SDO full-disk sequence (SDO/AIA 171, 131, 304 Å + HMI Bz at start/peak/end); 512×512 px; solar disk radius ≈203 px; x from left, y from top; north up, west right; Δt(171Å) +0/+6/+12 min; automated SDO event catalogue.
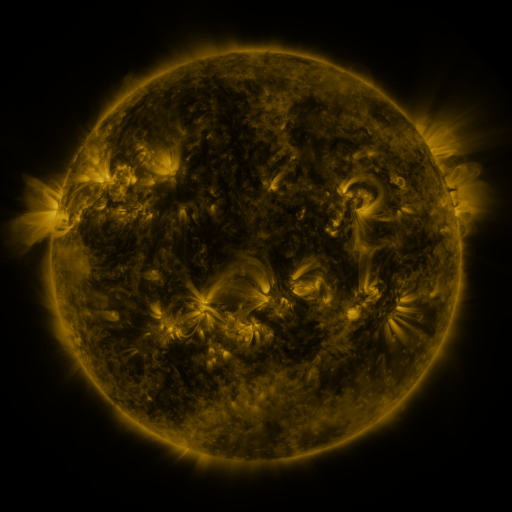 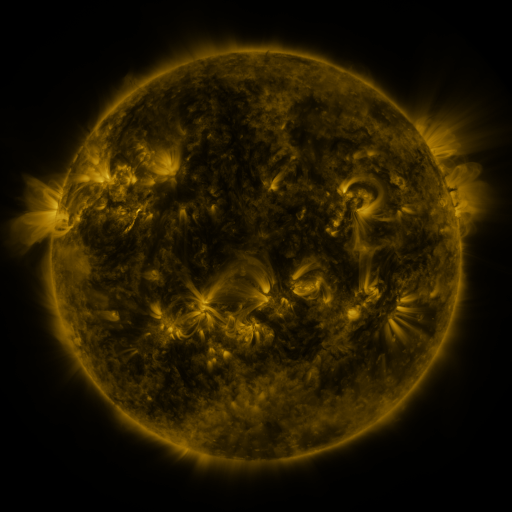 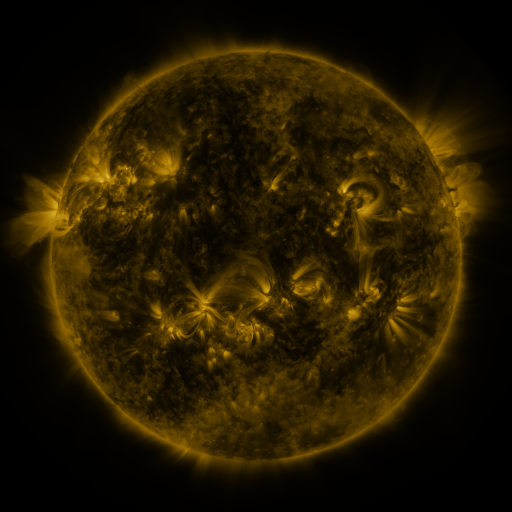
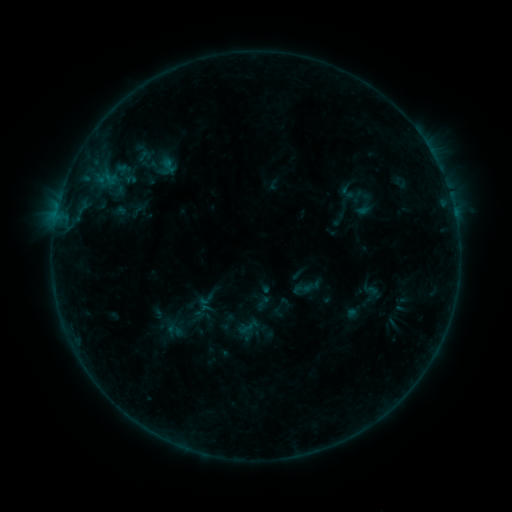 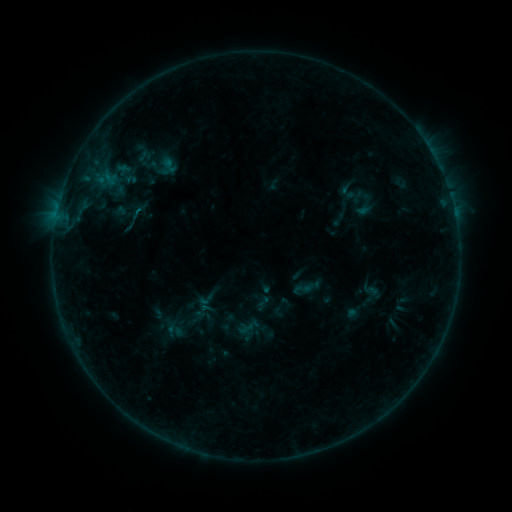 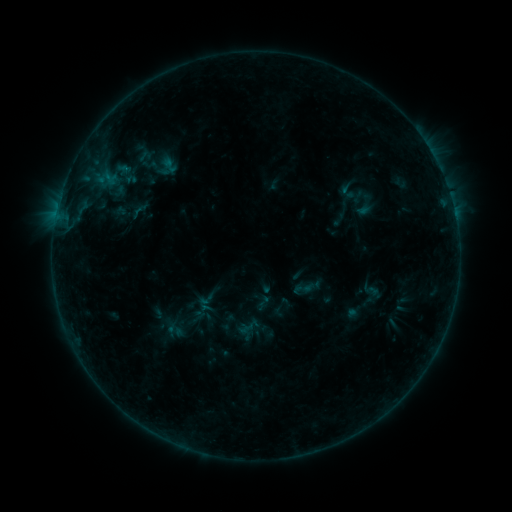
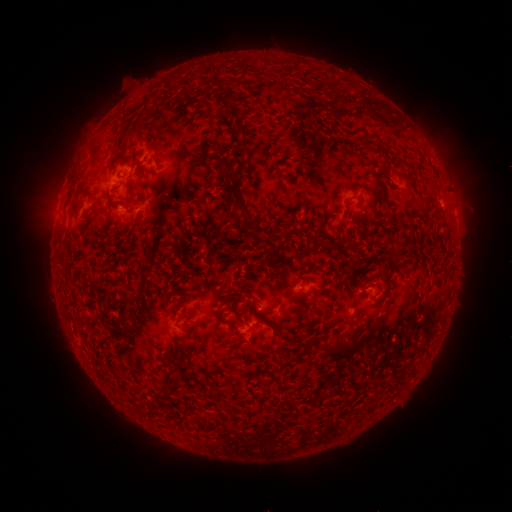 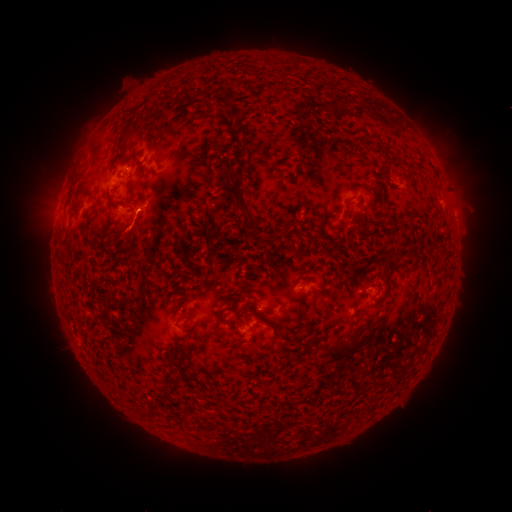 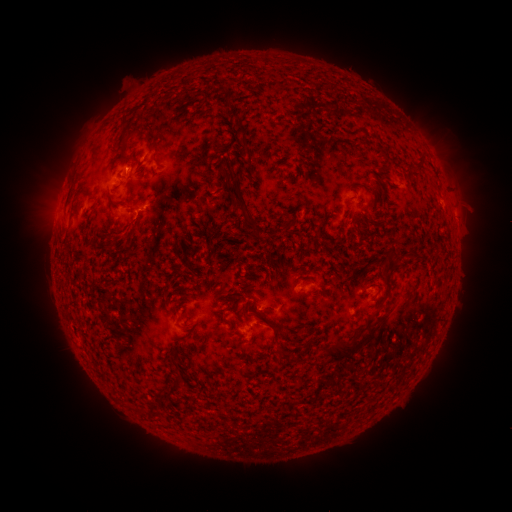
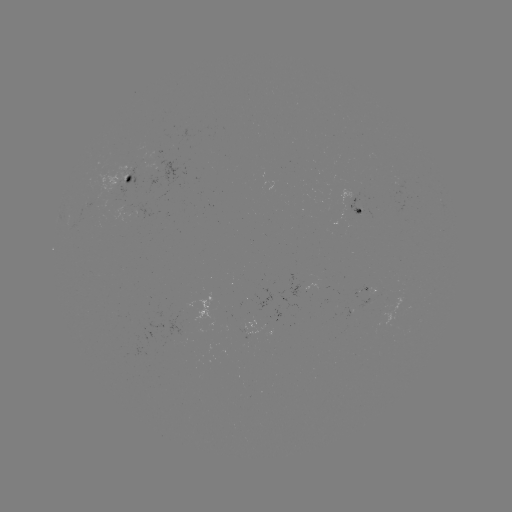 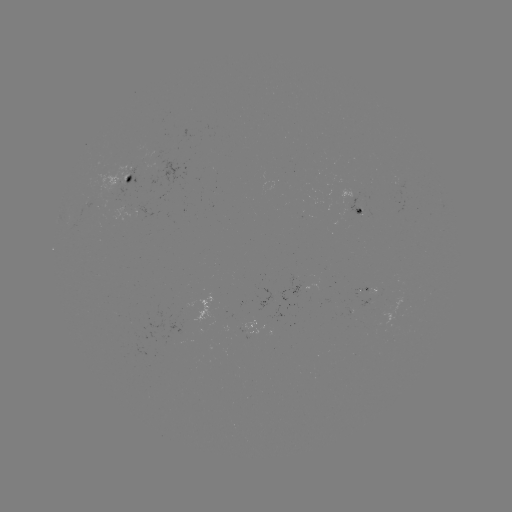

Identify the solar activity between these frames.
eruption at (131, 237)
